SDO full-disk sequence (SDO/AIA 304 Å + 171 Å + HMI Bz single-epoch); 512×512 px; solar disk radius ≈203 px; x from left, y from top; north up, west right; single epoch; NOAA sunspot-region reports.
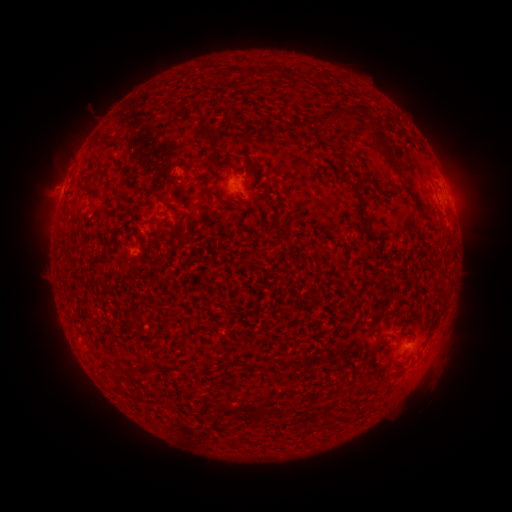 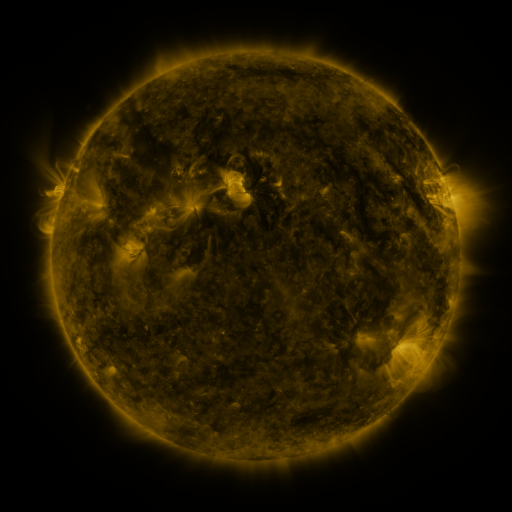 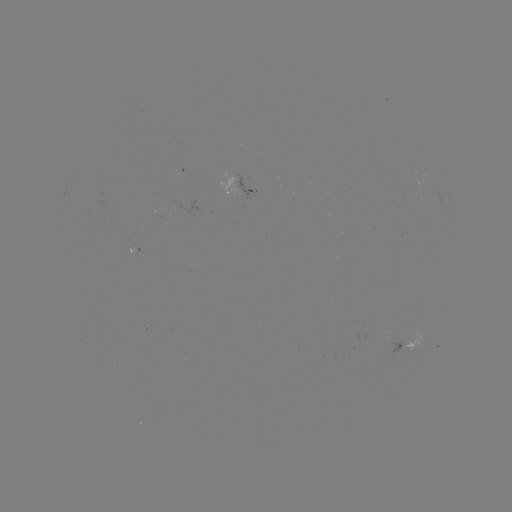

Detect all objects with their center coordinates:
spotted active region: (249, 186)
spotted active region: (450, 197)
spotted active region: (407, 345)
